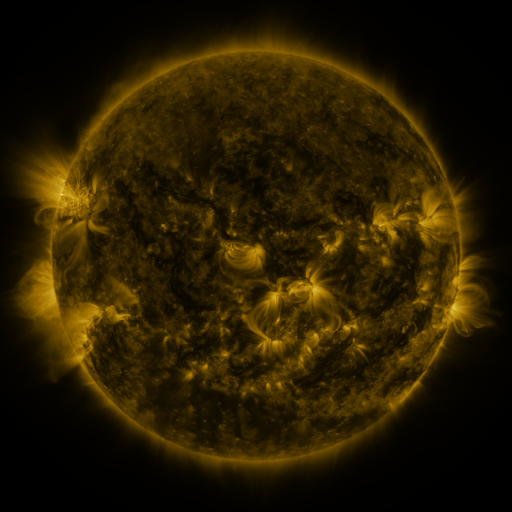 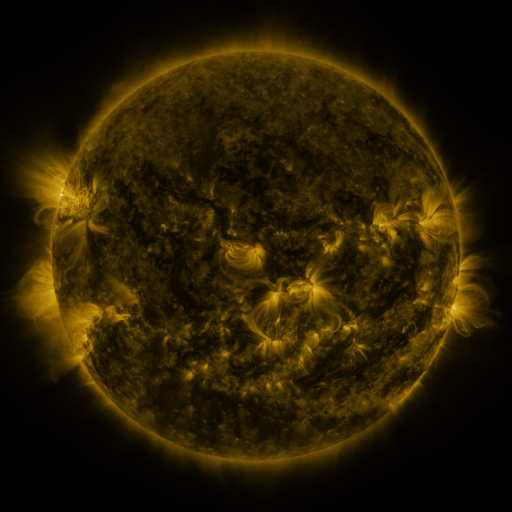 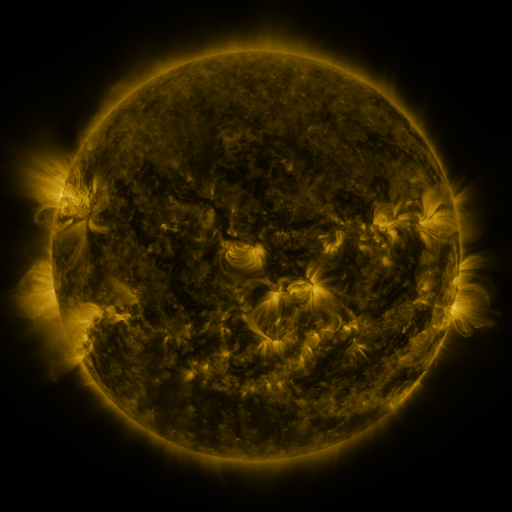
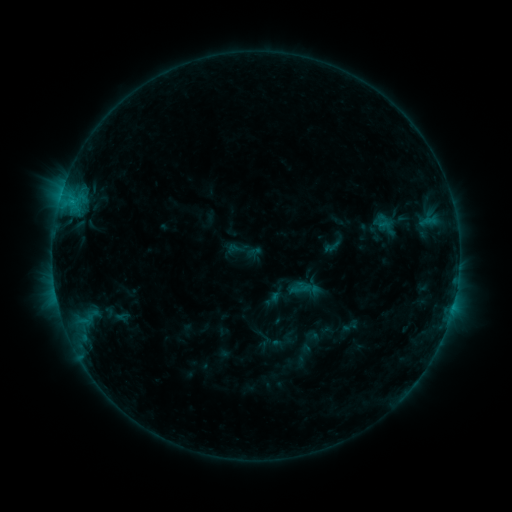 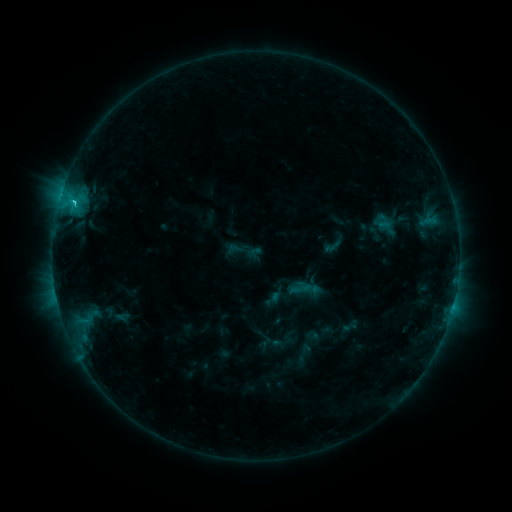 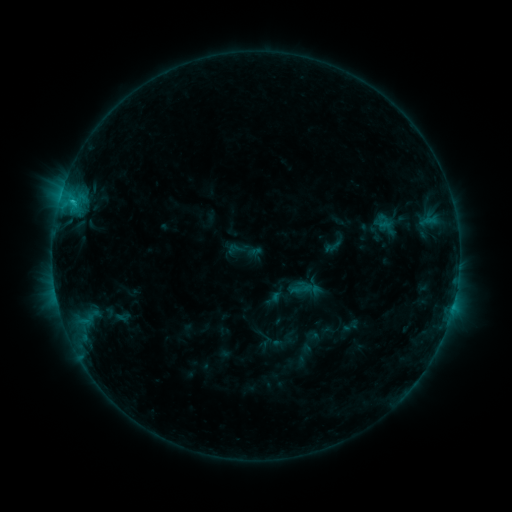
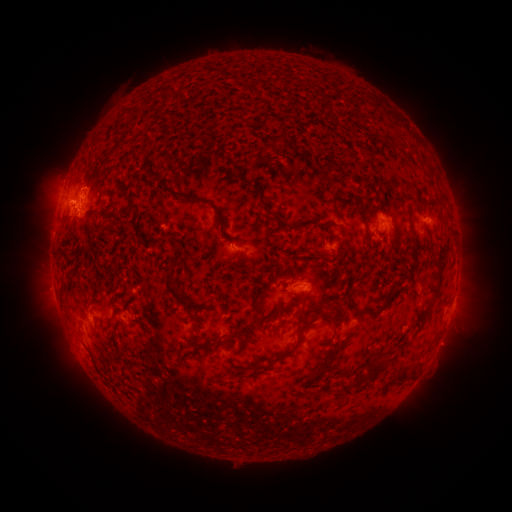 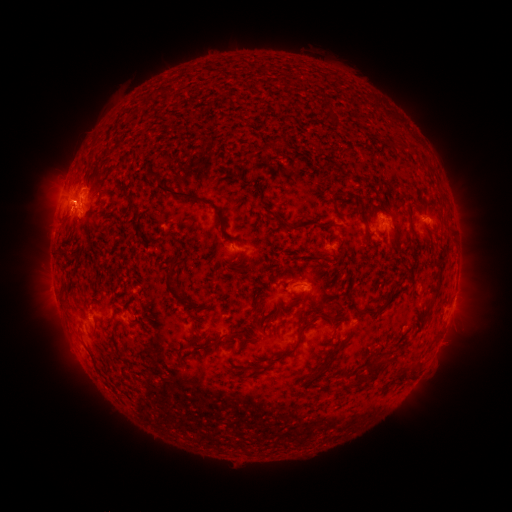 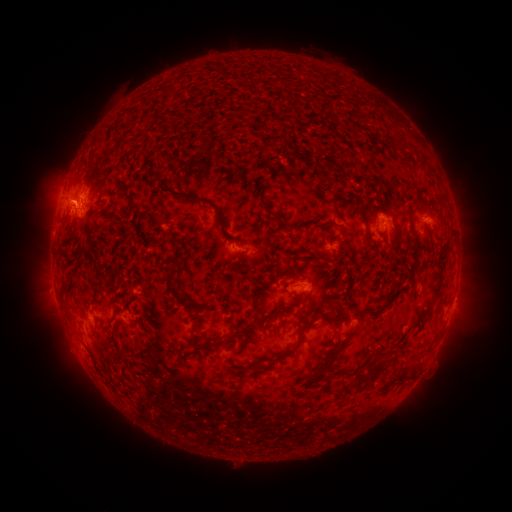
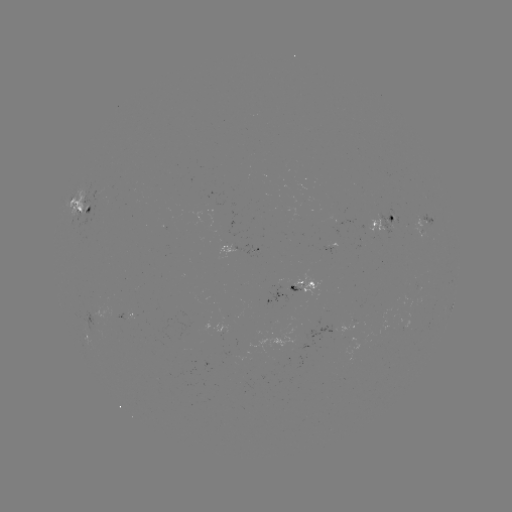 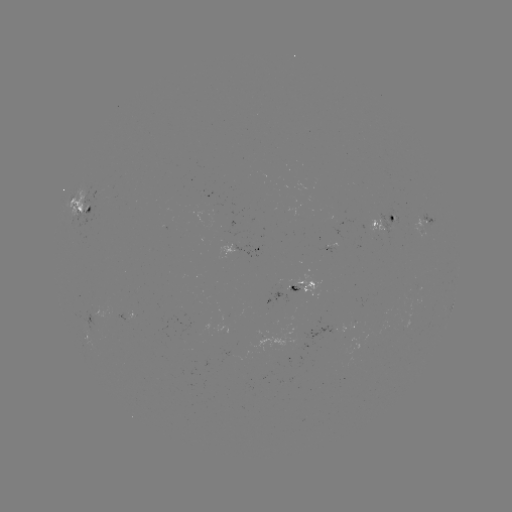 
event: flare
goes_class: C1.7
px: (74, 205)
